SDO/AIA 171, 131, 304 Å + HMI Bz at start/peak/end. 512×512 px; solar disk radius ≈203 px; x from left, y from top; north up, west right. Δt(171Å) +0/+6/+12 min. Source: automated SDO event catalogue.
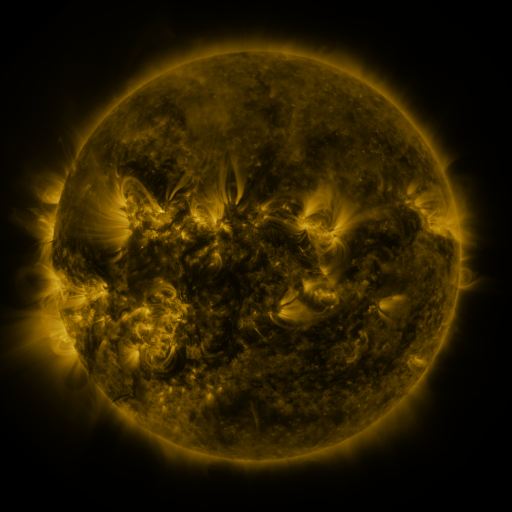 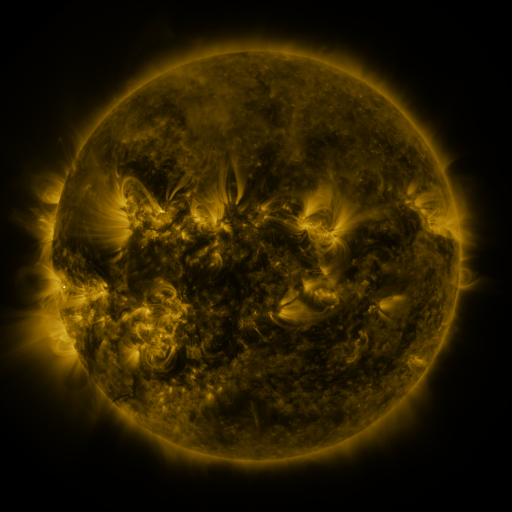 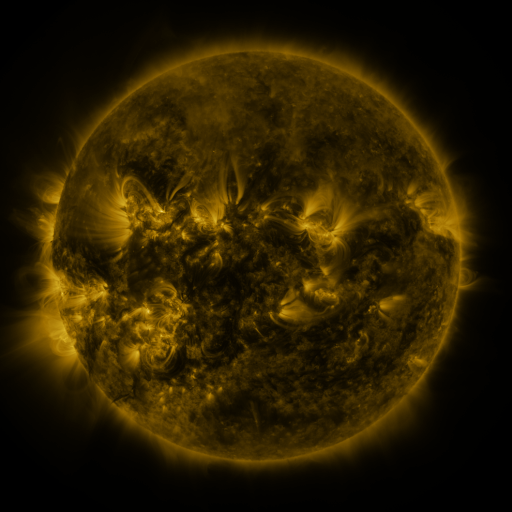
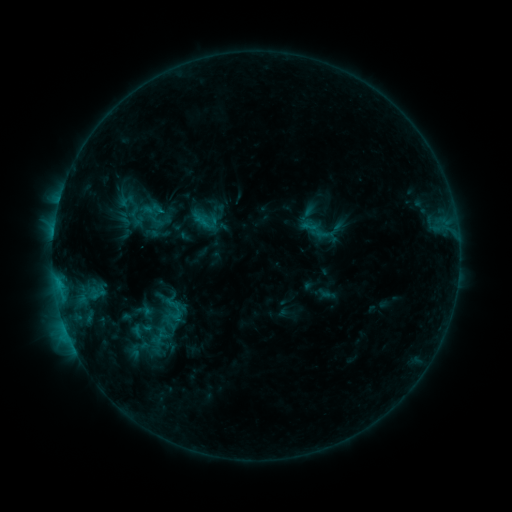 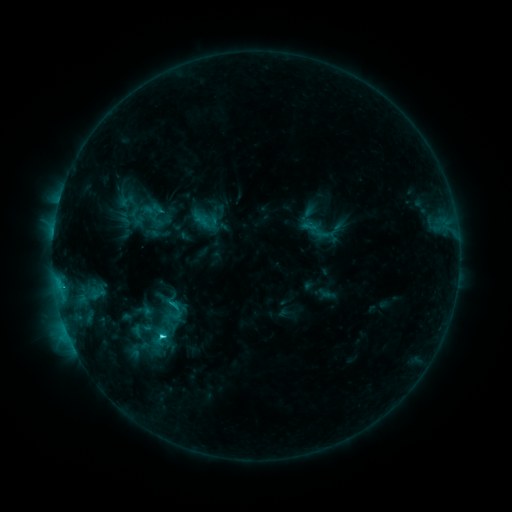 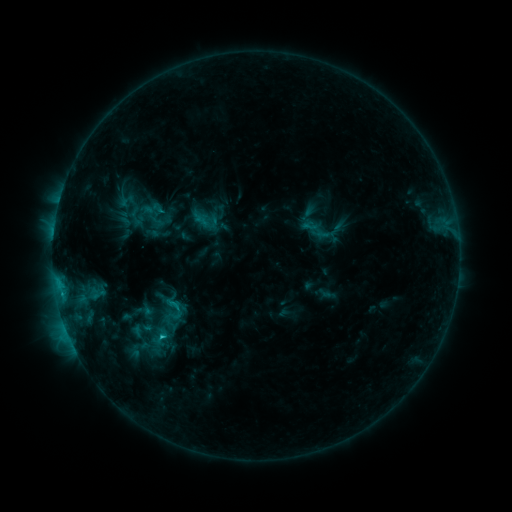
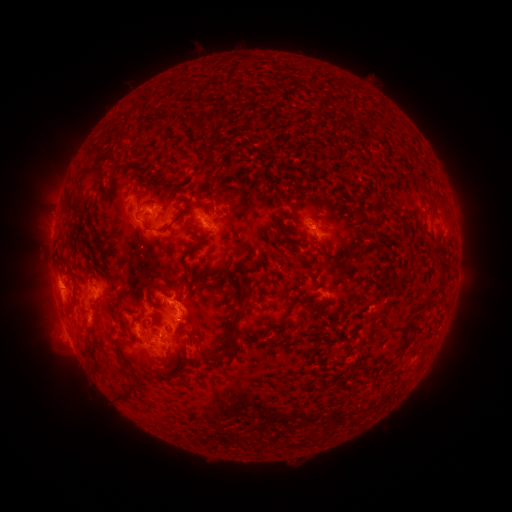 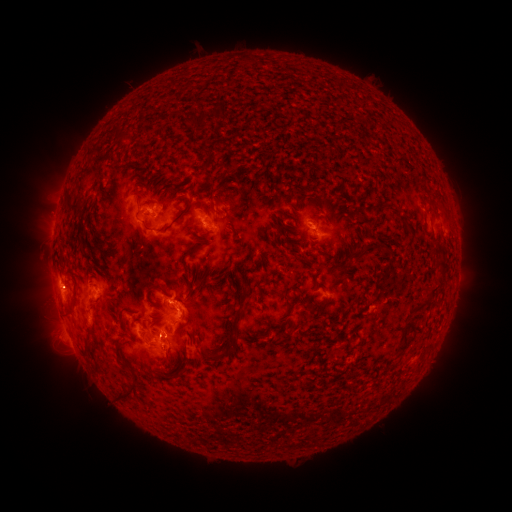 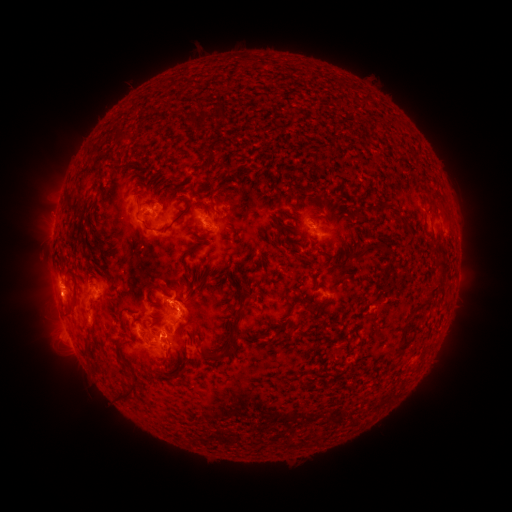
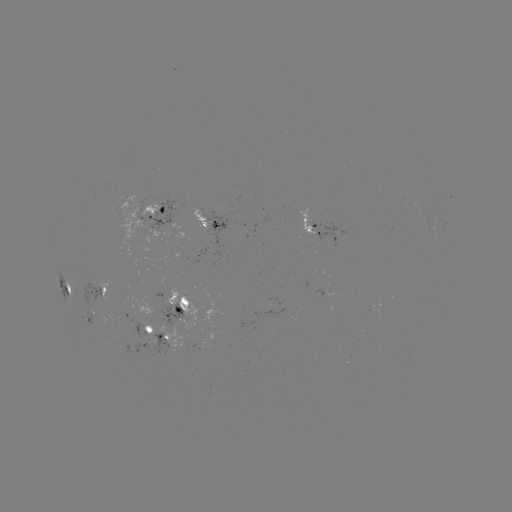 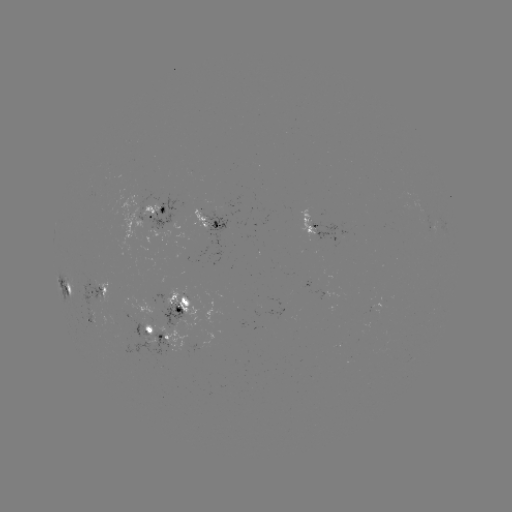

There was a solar flare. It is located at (163, 334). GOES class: C1.9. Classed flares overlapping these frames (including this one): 1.